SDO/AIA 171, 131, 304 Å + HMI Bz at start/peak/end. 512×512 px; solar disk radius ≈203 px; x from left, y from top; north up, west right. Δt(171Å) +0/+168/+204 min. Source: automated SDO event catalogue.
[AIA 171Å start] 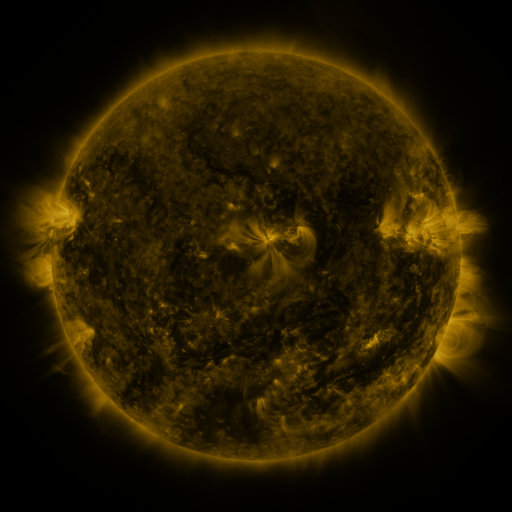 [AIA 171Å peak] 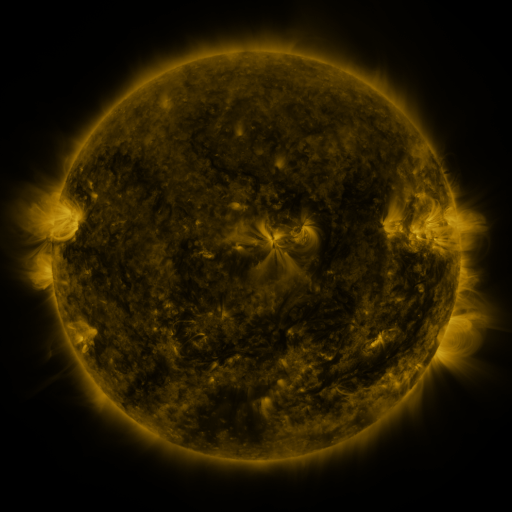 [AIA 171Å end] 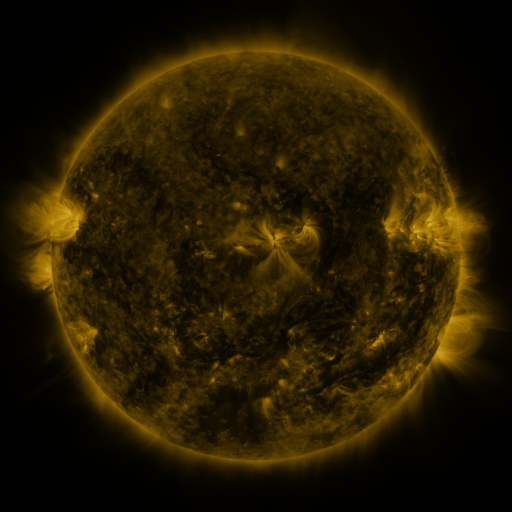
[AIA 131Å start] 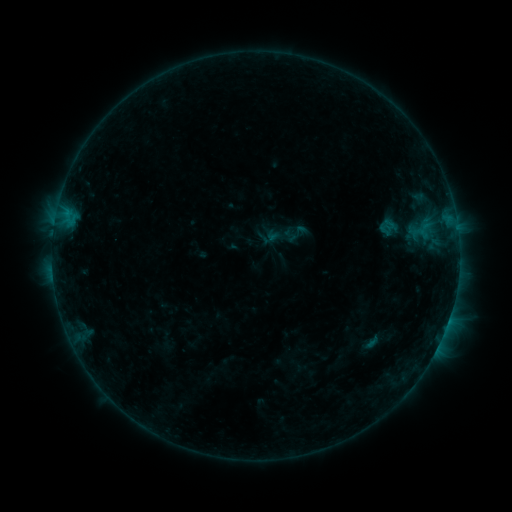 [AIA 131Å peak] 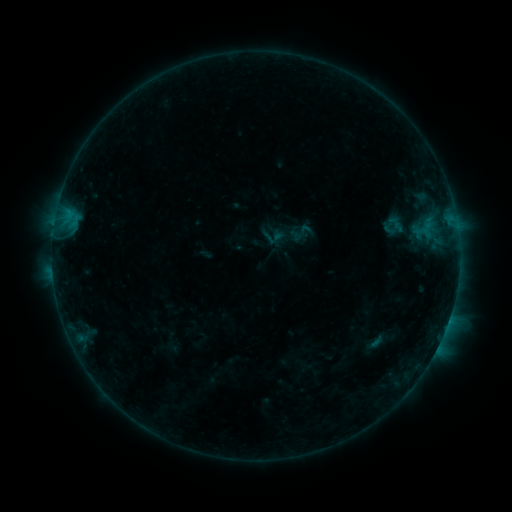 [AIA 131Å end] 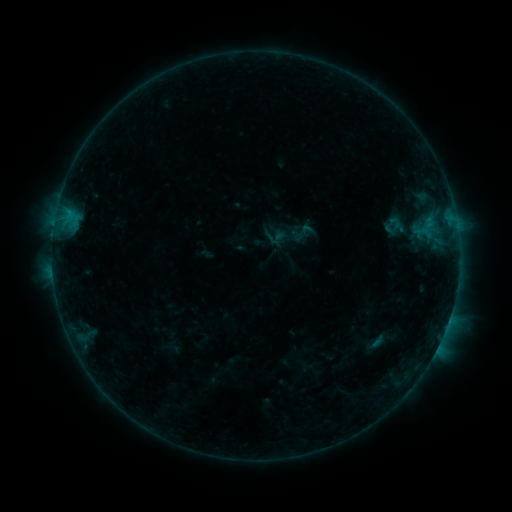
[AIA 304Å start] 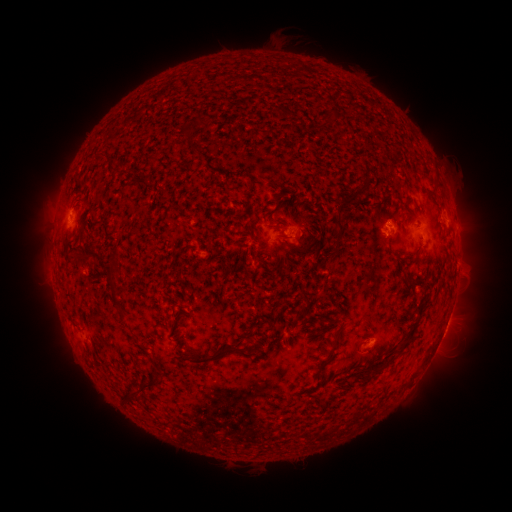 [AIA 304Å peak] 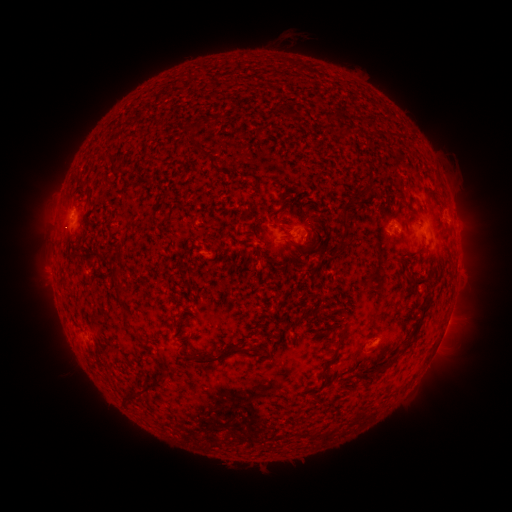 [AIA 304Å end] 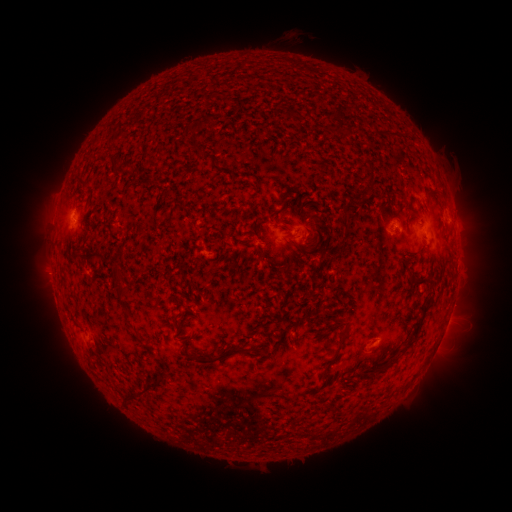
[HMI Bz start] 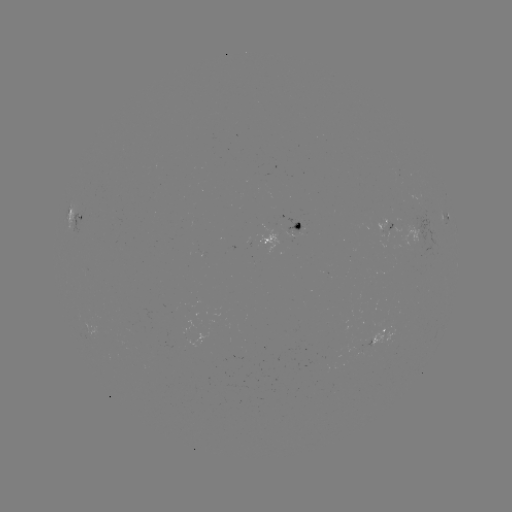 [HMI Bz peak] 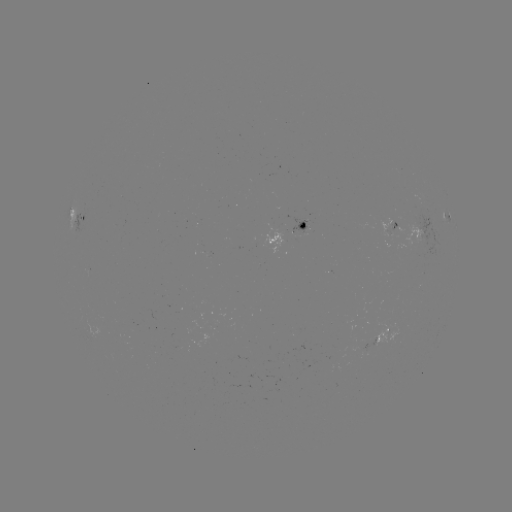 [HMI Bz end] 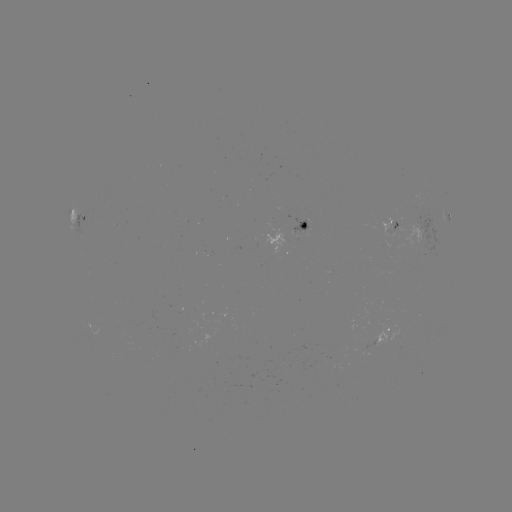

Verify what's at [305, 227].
emerging-flux region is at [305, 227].